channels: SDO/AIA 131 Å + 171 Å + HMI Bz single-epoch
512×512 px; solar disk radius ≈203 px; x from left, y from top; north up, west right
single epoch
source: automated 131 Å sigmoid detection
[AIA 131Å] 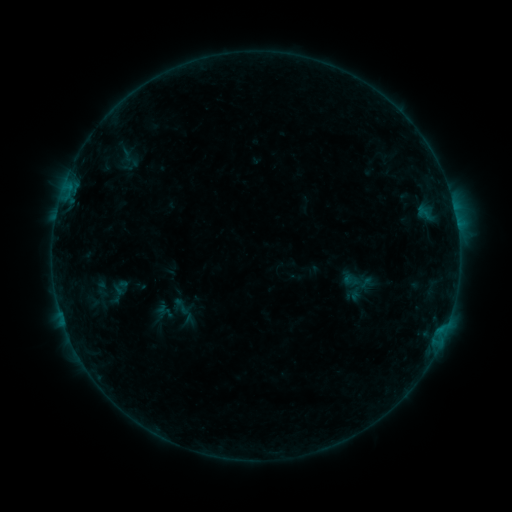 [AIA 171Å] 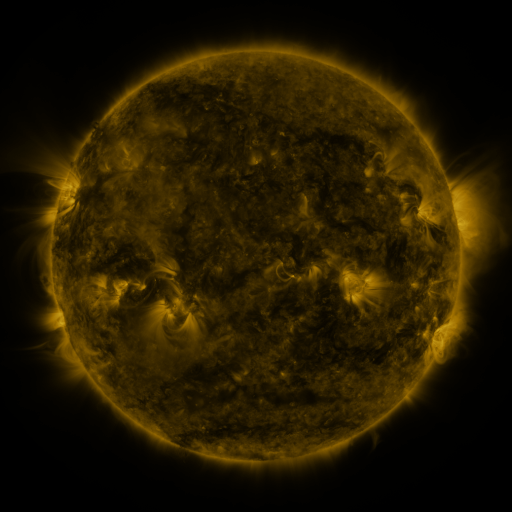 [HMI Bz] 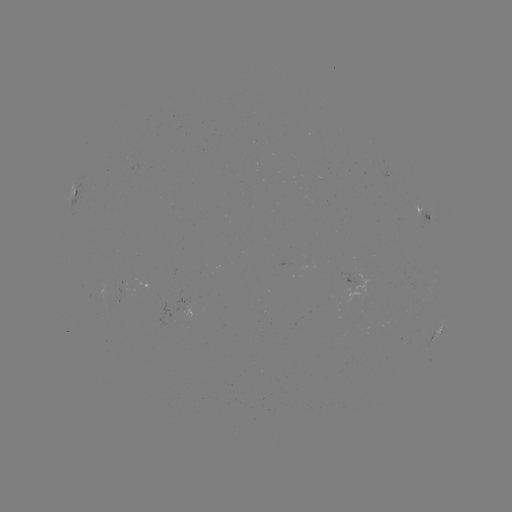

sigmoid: (342, 265, 372, 298)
